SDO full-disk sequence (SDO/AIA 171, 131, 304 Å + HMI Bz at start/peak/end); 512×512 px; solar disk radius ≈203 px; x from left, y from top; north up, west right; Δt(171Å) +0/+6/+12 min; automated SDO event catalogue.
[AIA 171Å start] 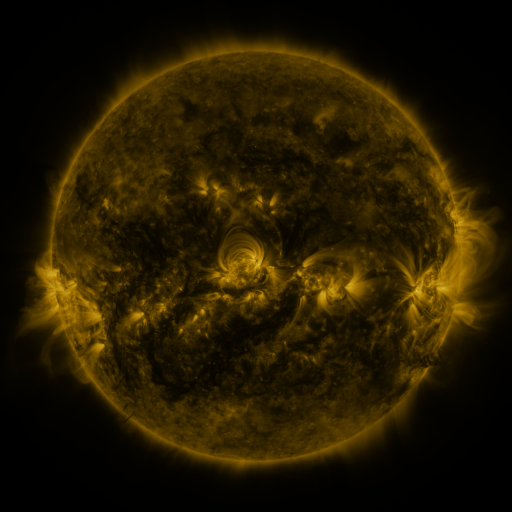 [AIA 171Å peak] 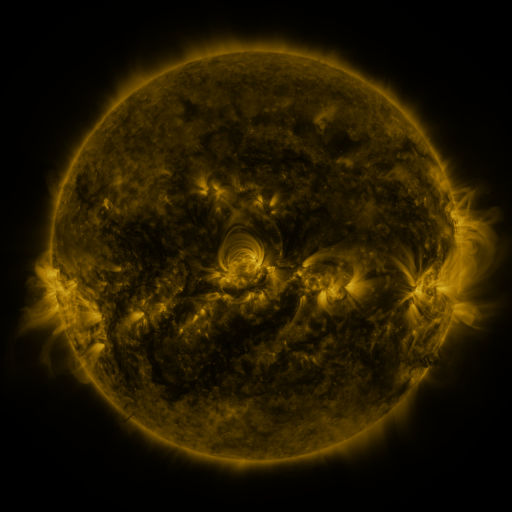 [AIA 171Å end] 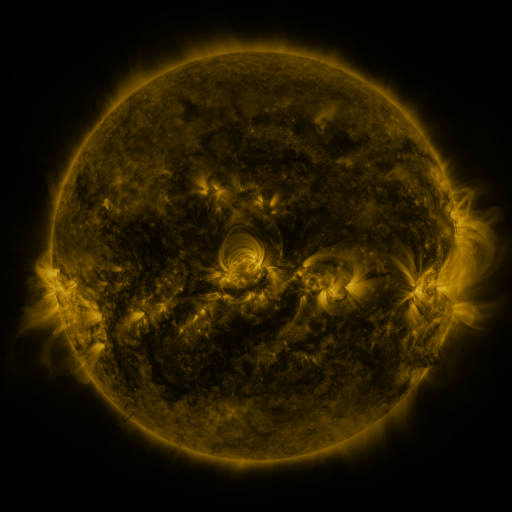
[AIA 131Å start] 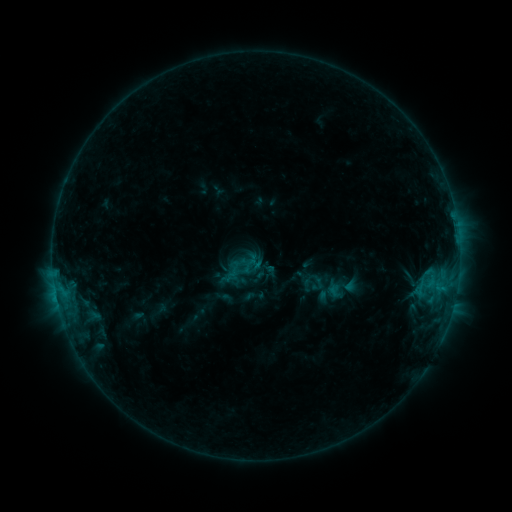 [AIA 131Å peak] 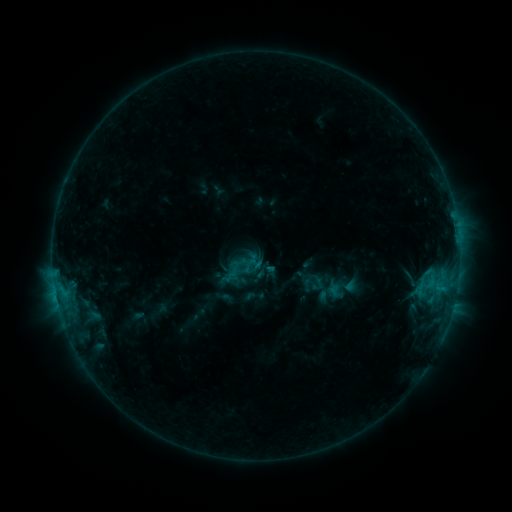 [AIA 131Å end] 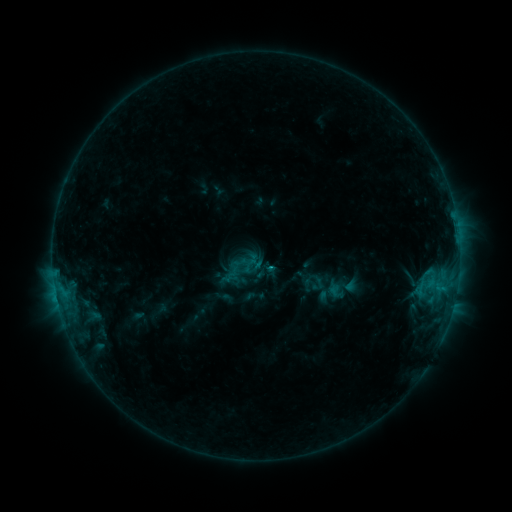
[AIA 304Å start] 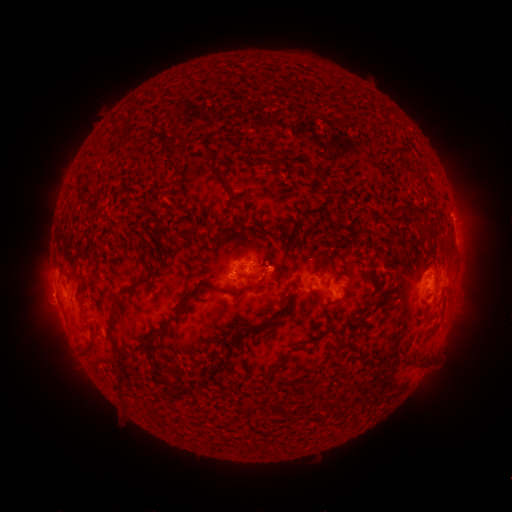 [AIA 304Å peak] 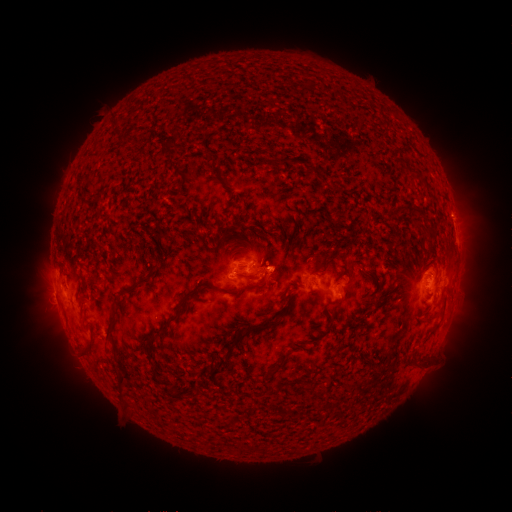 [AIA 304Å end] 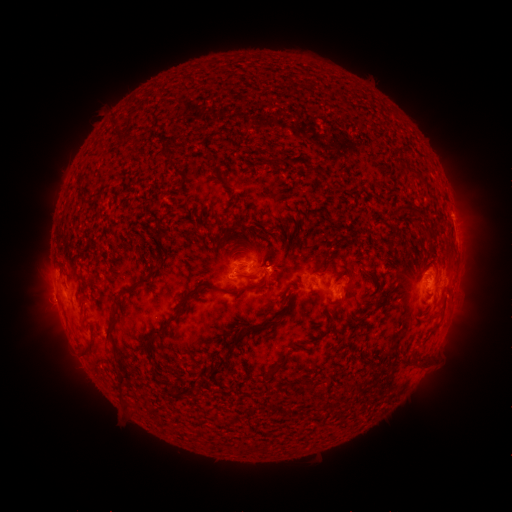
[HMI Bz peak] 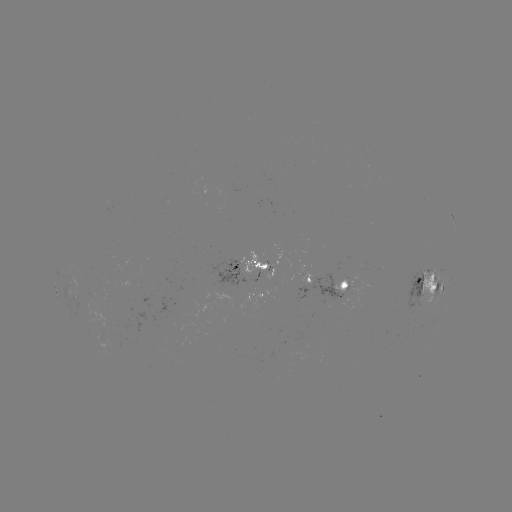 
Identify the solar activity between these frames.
C1.2 flare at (266, 267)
